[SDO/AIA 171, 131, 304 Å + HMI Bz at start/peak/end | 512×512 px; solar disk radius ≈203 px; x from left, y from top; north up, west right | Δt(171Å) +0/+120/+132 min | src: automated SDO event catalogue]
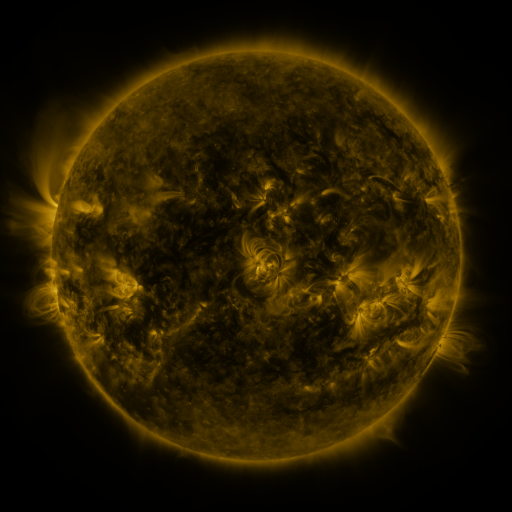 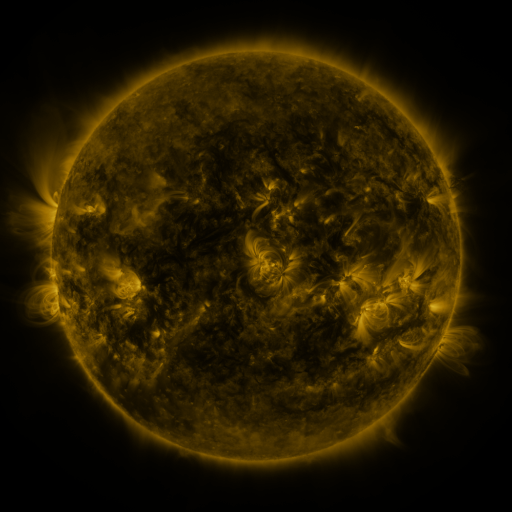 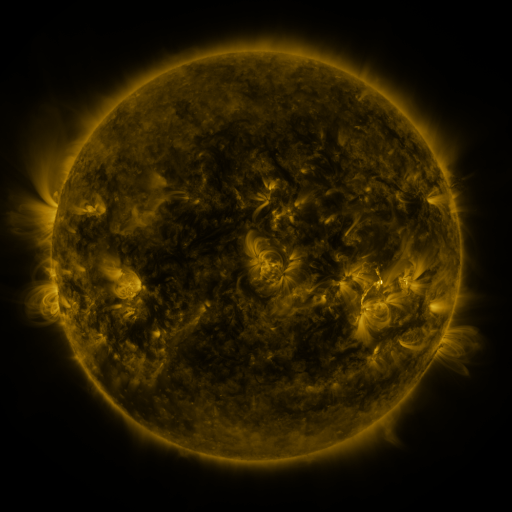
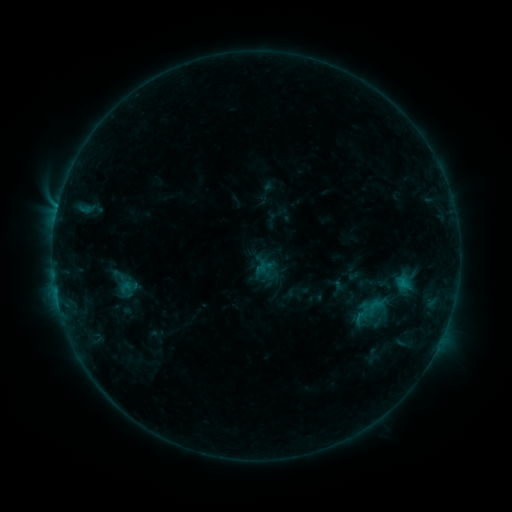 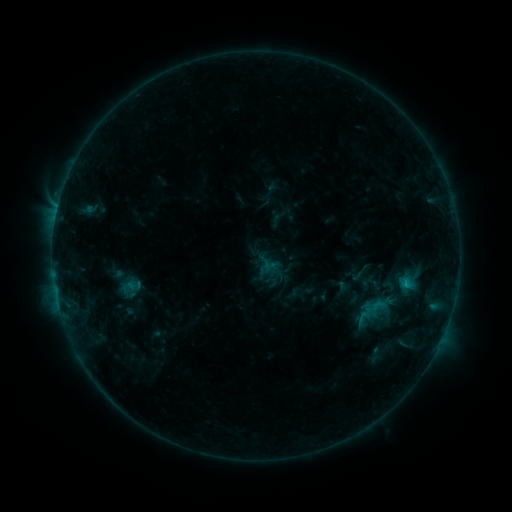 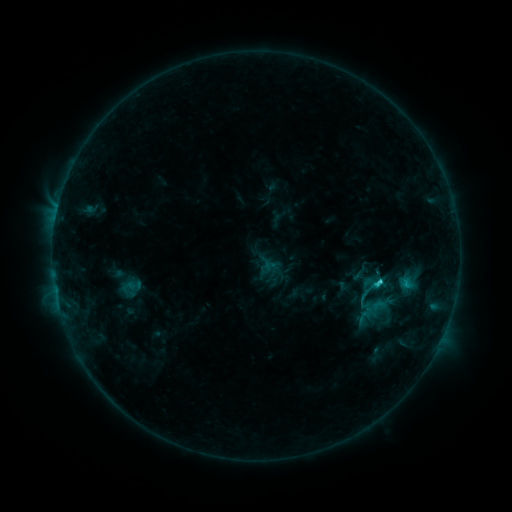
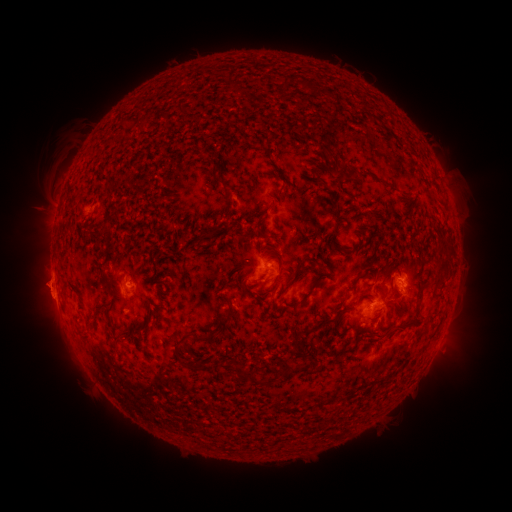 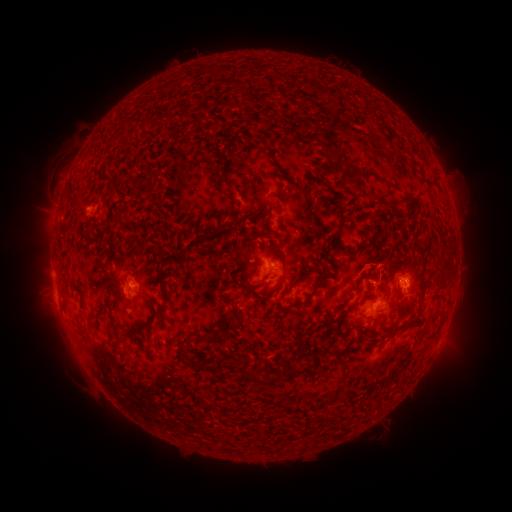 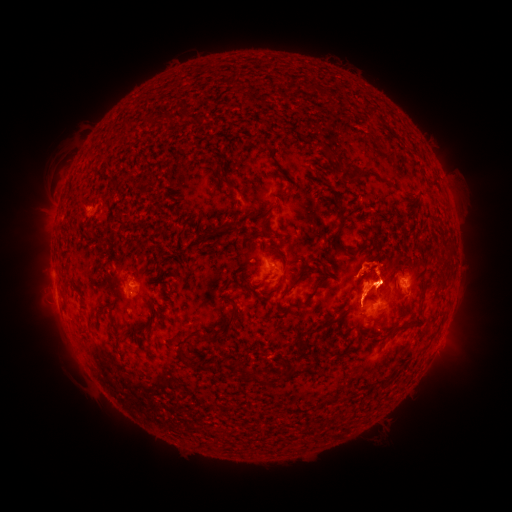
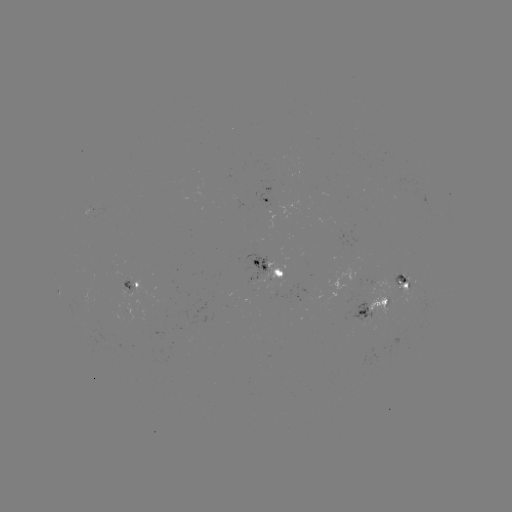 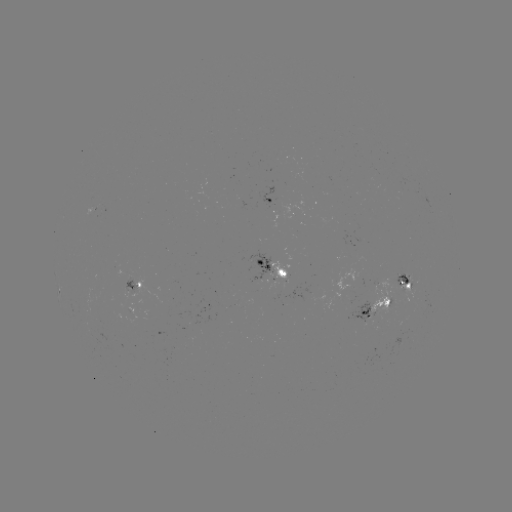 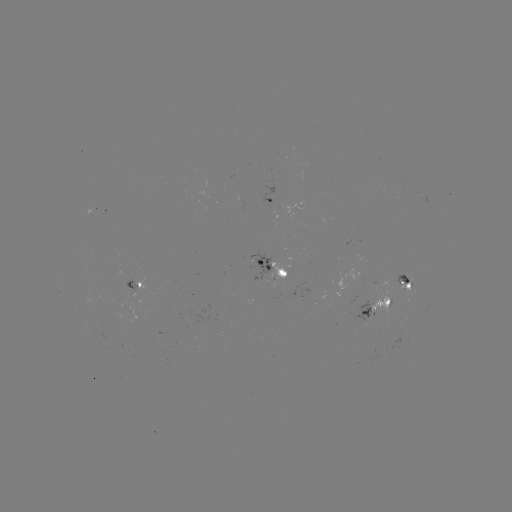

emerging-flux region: <bbox>348, 300, 374, 324</bbox>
